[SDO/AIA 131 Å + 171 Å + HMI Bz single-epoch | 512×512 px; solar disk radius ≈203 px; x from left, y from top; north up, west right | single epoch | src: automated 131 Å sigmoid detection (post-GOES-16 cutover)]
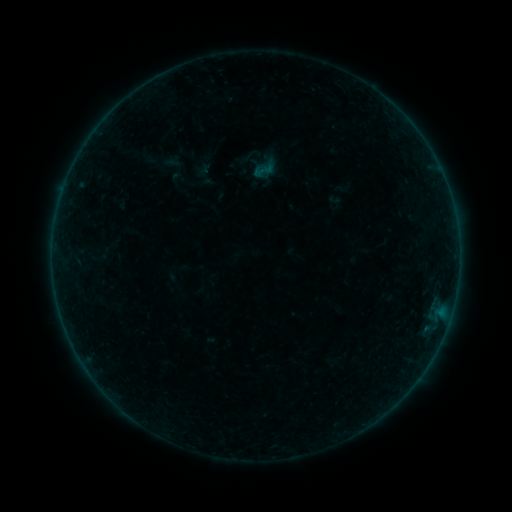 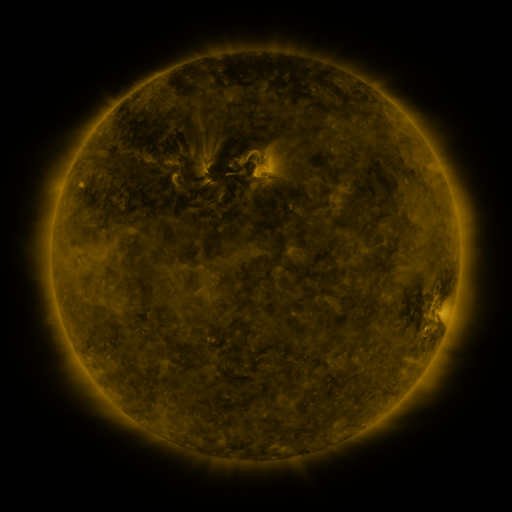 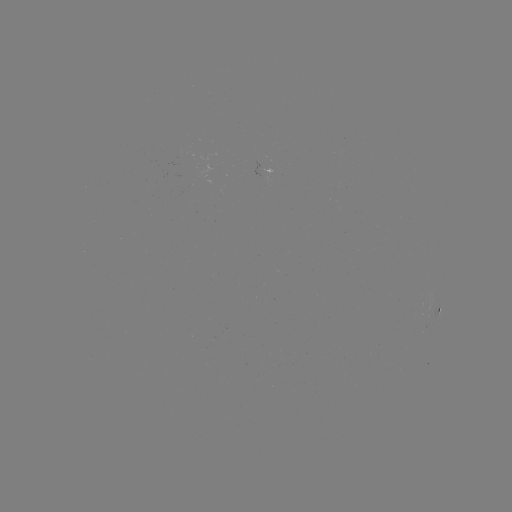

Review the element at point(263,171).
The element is sigmoid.